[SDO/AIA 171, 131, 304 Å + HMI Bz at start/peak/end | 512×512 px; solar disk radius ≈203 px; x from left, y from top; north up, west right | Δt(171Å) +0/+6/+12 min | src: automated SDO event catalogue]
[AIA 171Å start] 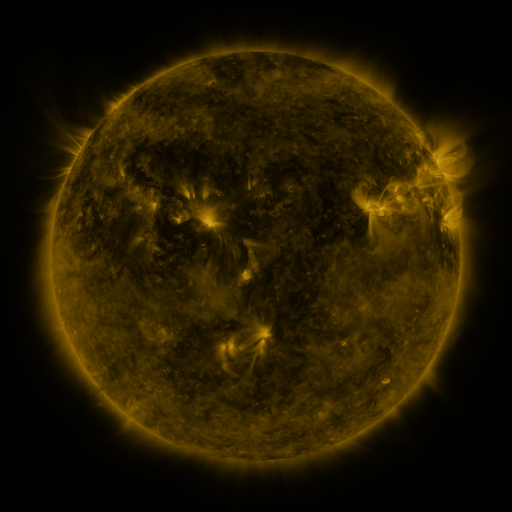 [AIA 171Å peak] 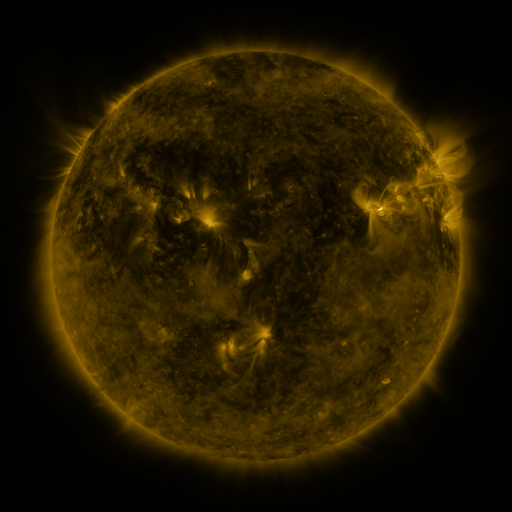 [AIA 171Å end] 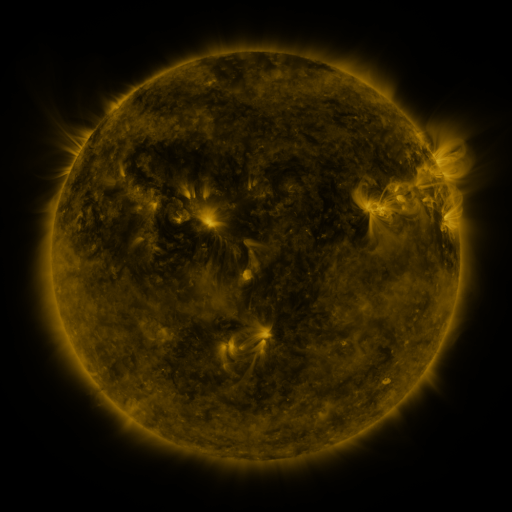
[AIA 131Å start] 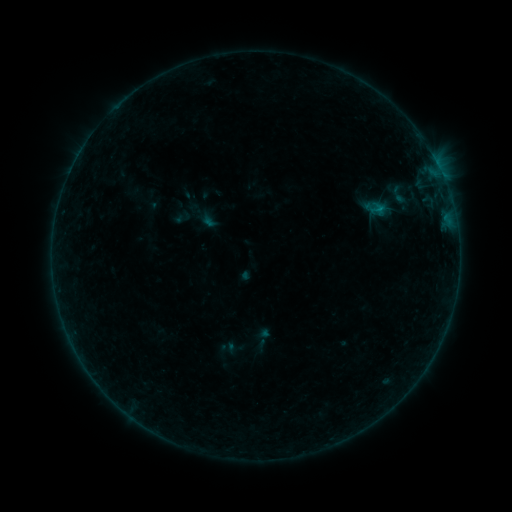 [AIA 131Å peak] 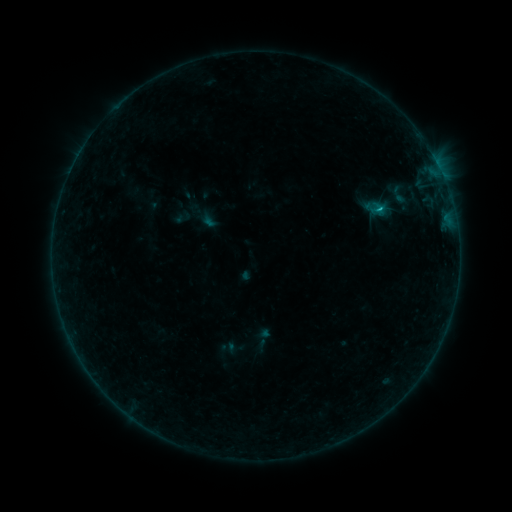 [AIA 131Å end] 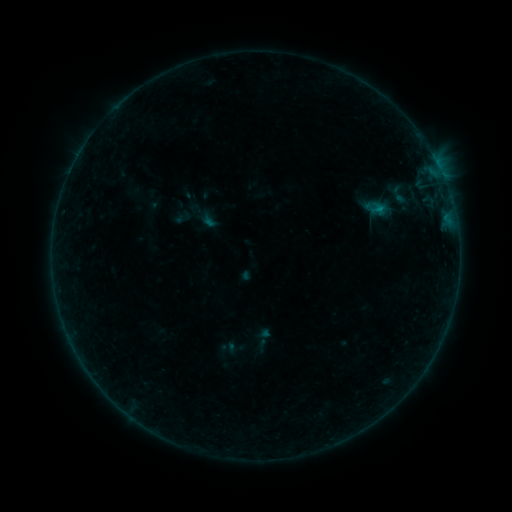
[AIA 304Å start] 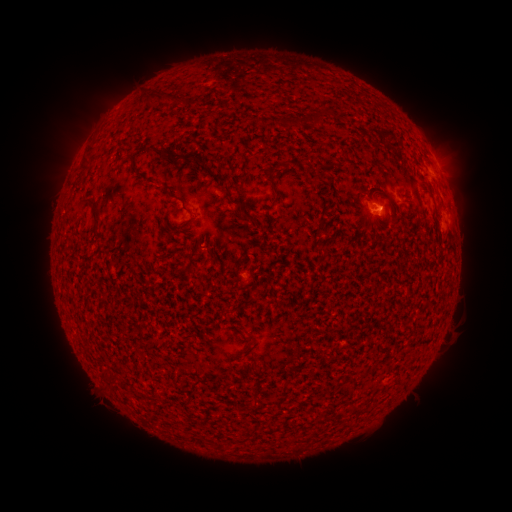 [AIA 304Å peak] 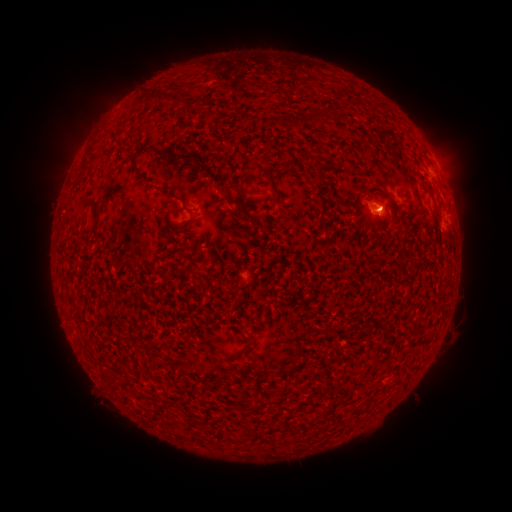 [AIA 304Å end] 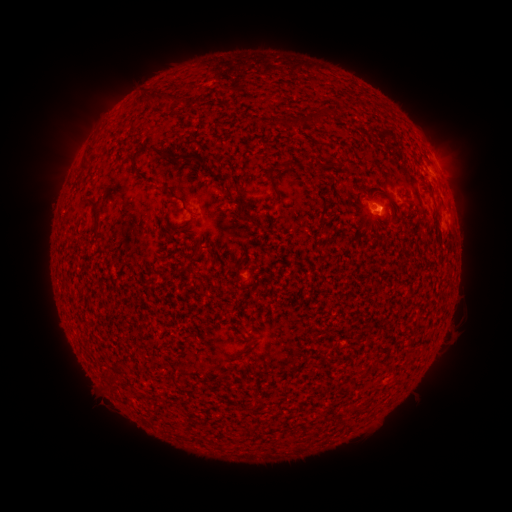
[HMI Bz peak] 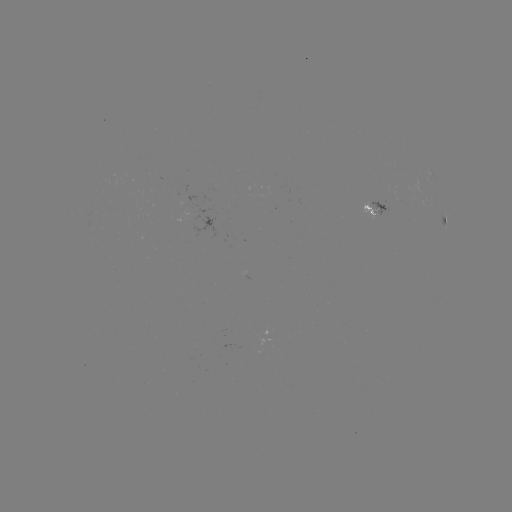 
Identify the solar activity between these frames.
B3.4 flare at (380, 212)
